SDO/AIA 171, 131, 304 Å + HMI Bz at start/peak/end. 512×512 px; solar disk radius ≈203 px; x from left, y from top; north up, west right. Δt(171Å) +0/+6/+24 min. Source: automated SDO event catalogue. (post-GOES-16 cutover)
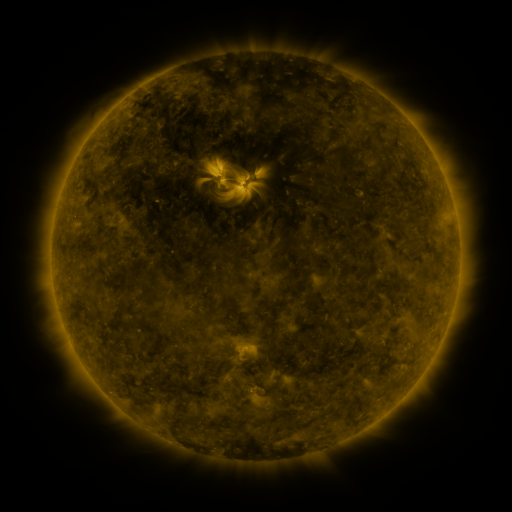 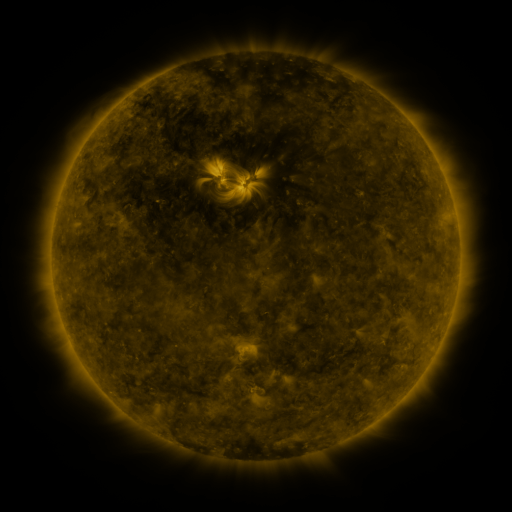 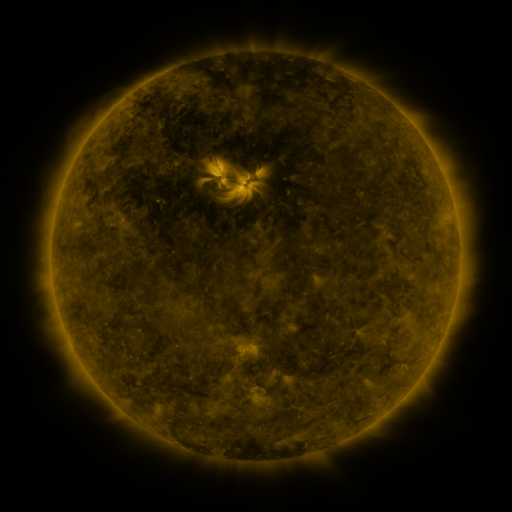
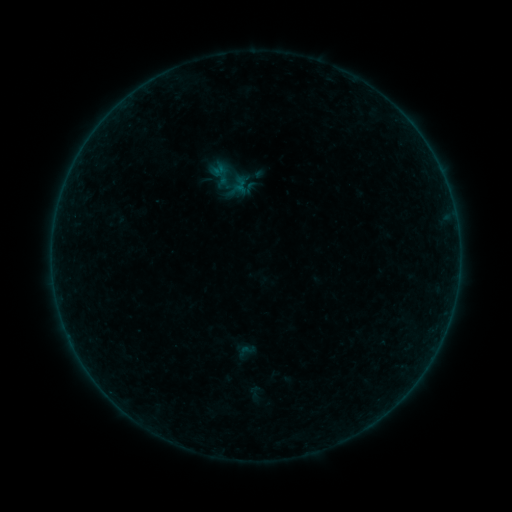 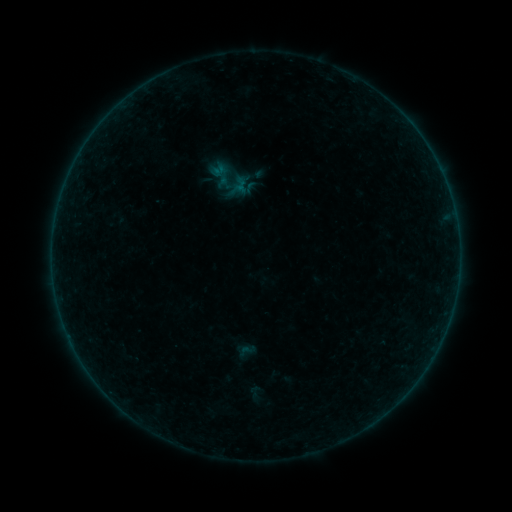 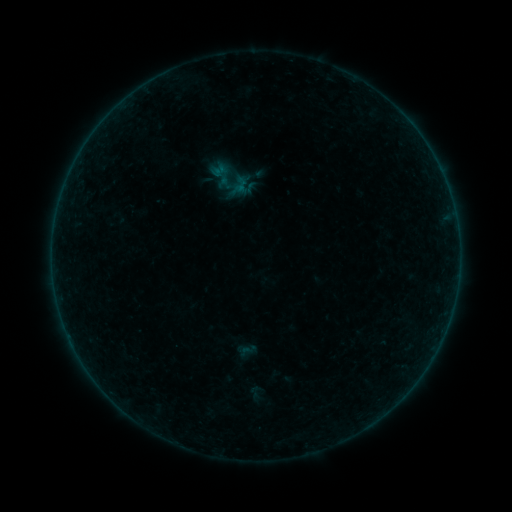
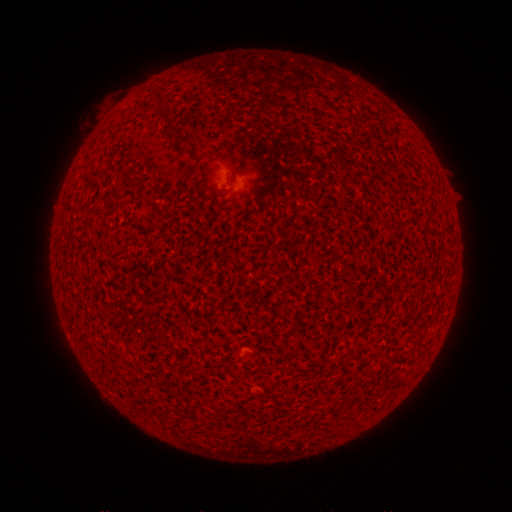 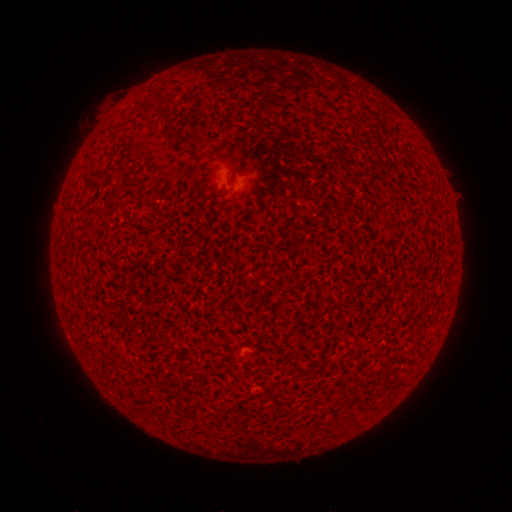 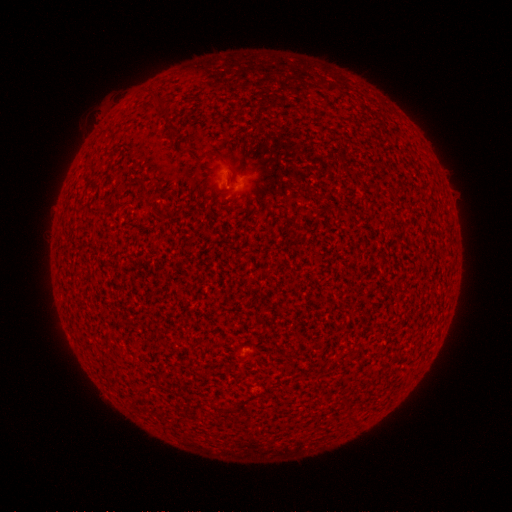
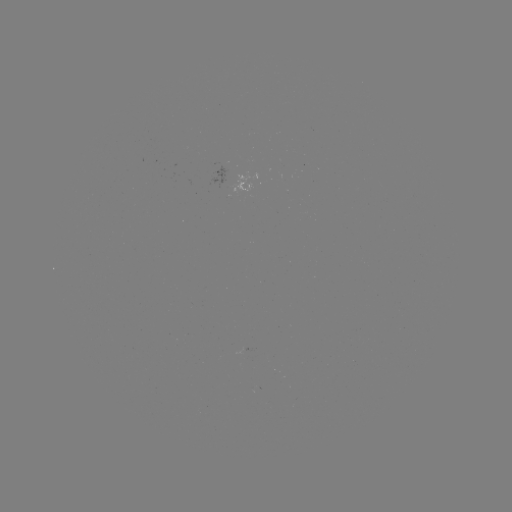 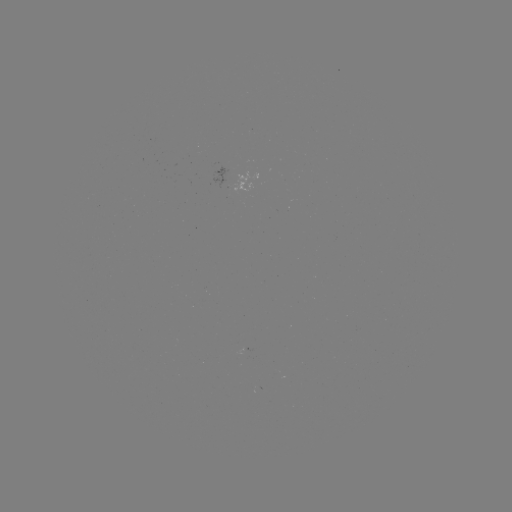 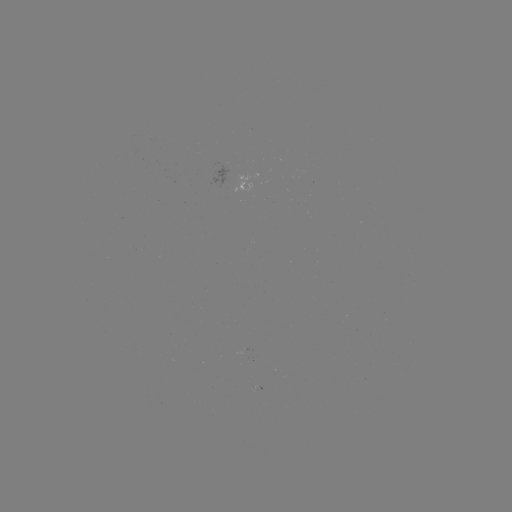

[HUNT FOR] A4.9 flare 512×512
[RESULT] (233, 185)